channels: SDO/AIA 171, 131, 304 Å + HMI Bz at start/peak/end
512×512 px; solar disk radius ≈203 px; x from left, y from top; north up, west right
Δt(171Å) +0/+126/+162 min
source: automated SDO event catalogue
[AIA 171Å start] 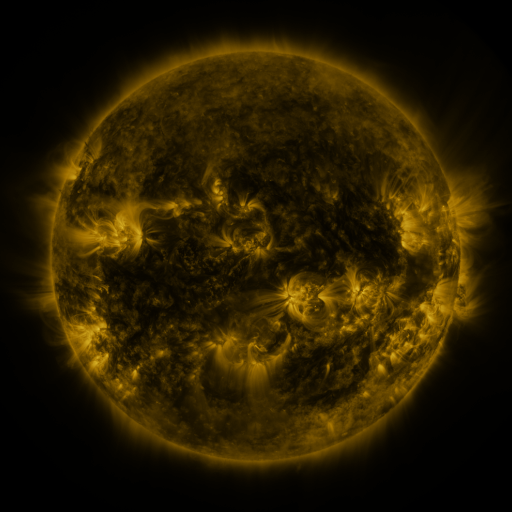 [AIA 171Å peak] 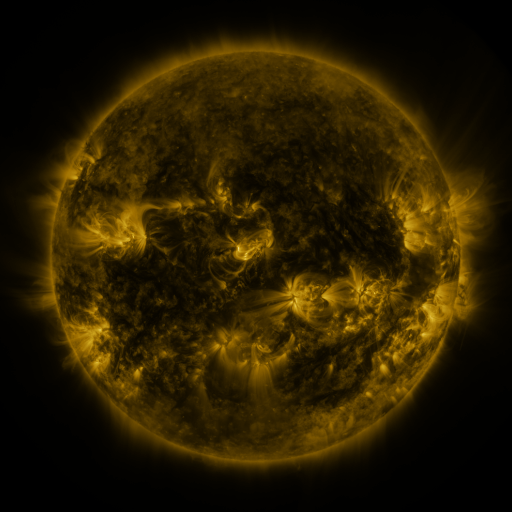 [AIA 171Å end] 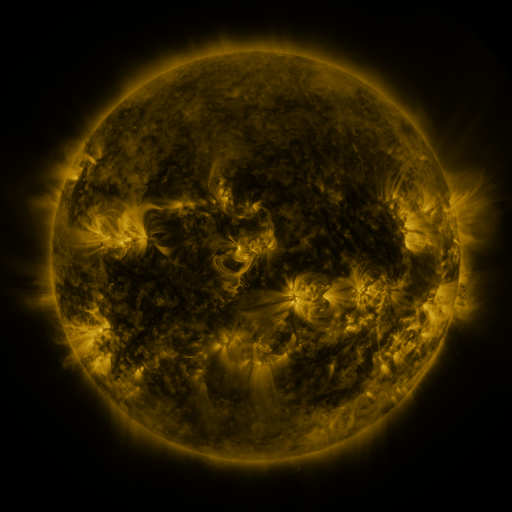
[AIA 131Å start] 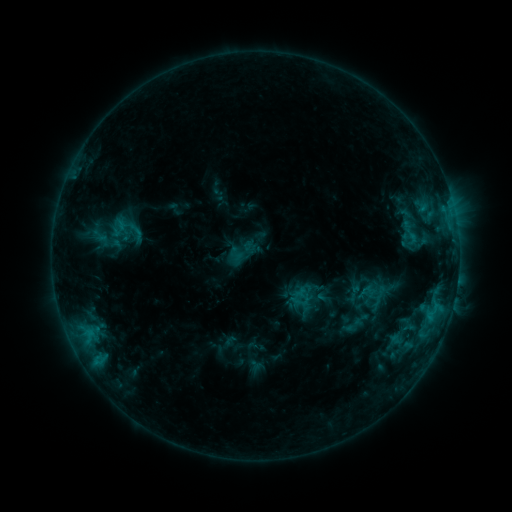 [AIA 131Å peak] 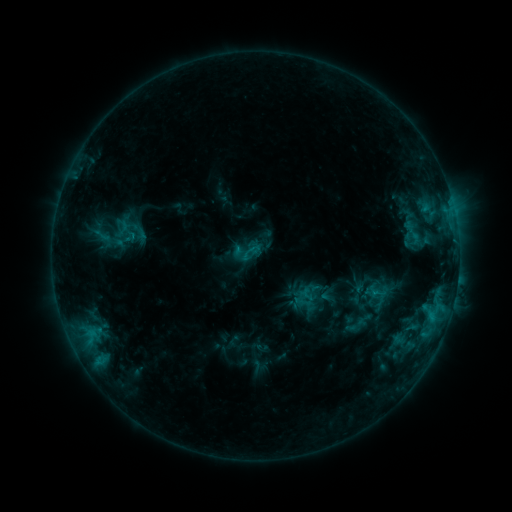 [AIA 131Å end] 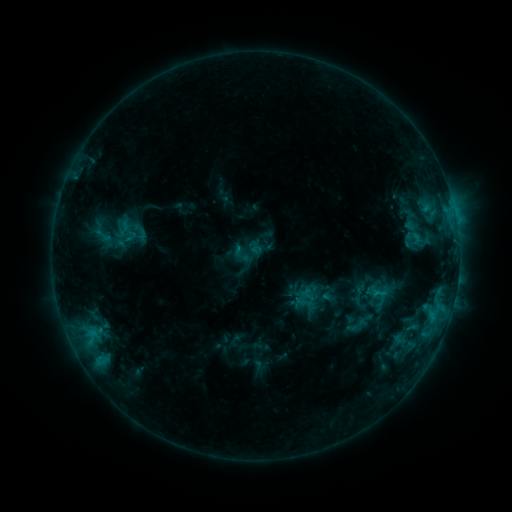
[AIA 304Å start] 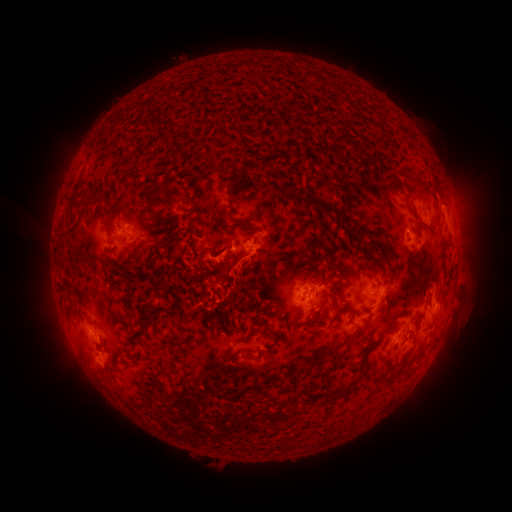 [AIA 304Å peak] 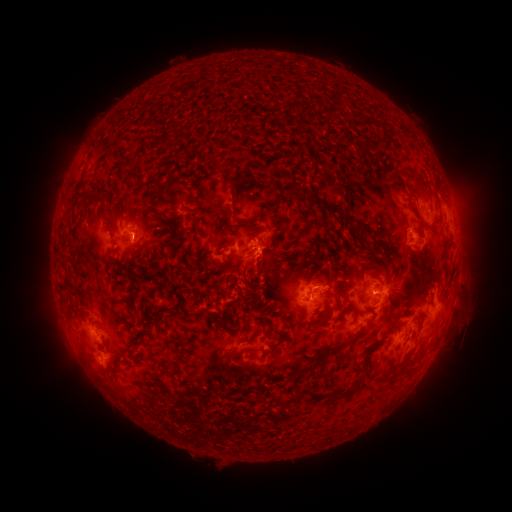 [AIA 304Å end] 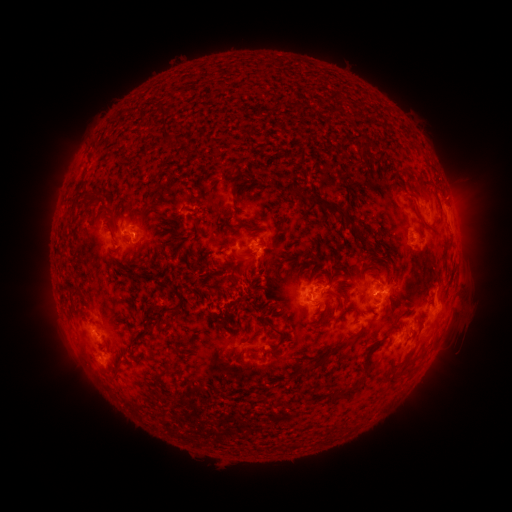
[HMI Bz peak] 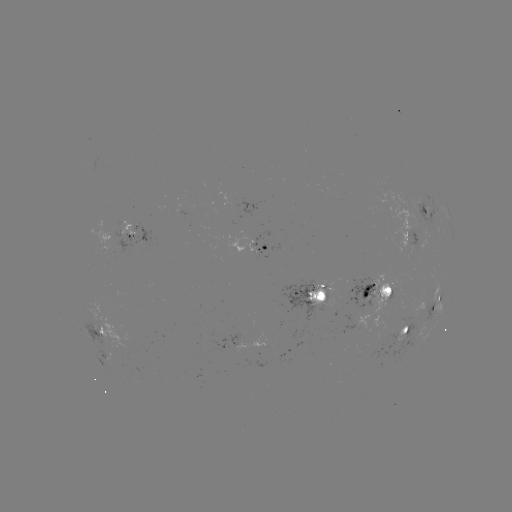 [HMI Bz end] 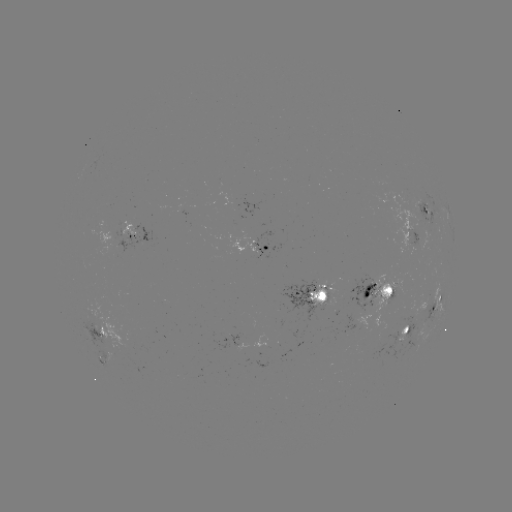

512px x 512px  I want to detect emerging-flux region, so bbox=[228, 220, 256, 253].